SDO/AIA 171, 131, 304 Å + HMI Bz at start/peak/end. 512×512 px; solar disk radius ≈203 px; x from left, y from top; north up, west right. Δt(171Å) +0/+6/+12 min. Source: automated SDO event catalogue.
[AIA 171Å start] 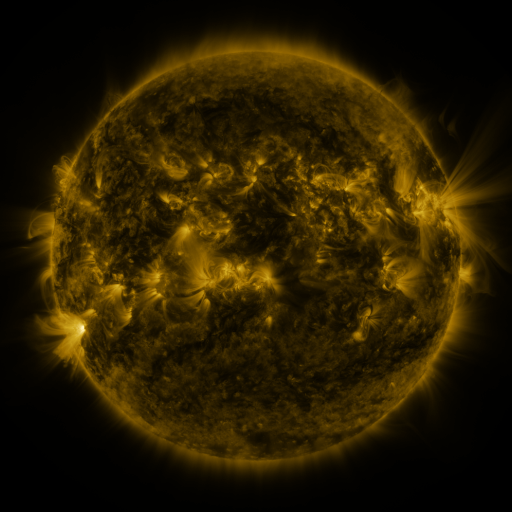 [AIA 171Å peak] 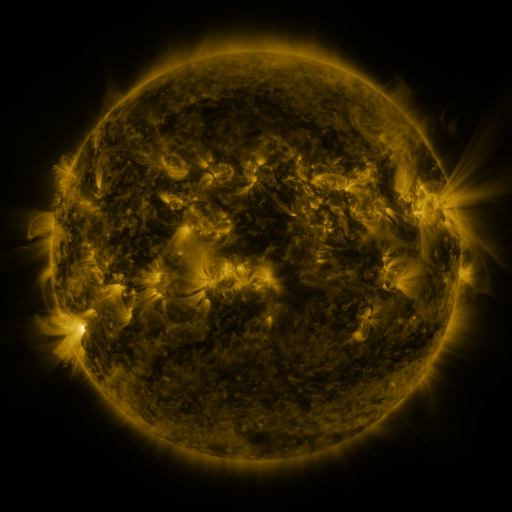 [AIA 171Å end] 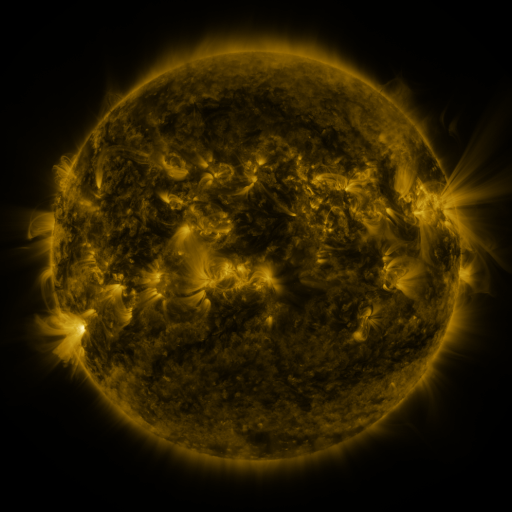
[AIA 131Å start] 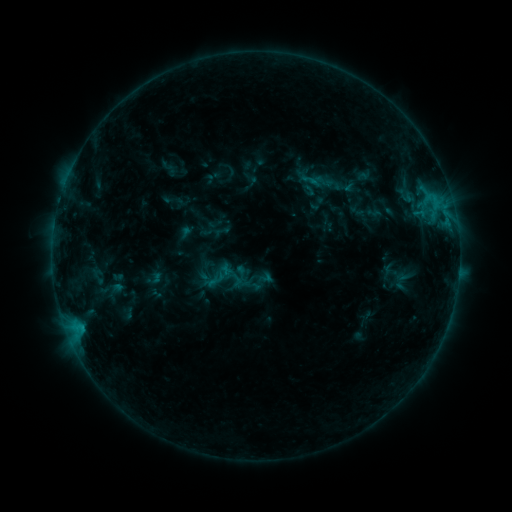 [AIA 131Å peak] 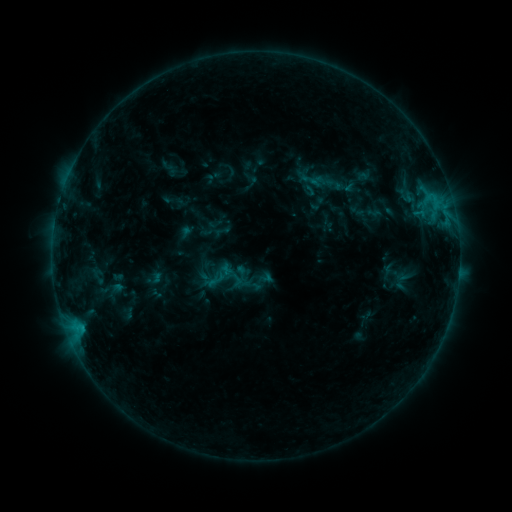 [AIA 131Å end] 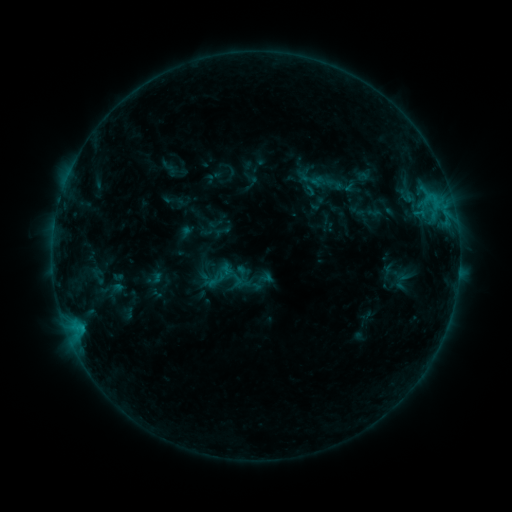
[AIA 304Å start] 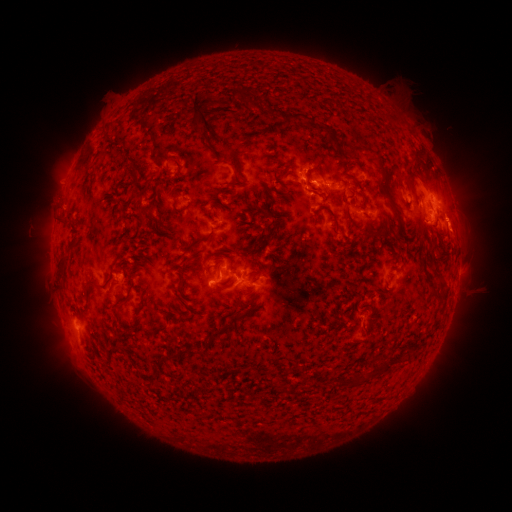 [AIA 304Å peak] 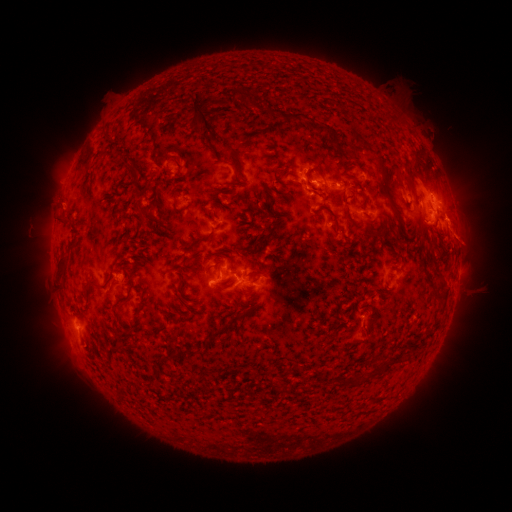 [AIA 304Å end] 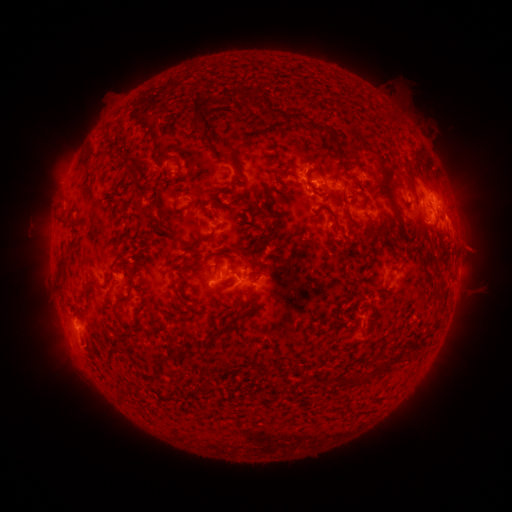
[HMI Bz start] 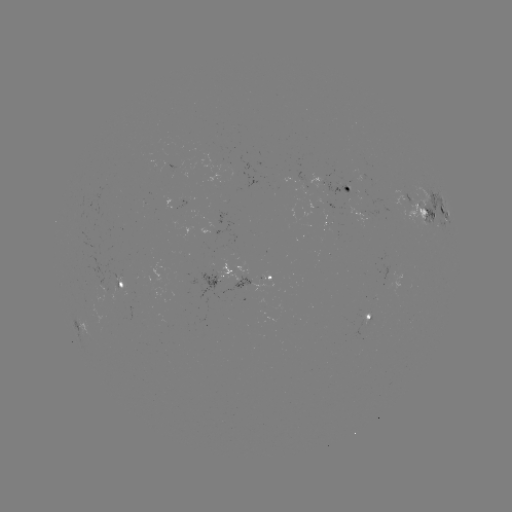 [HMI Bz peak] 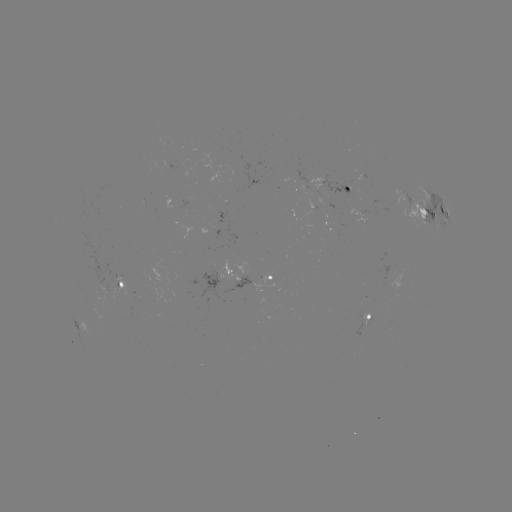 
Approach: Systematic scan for eruption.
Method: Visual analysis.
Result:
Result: eruption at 467,238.